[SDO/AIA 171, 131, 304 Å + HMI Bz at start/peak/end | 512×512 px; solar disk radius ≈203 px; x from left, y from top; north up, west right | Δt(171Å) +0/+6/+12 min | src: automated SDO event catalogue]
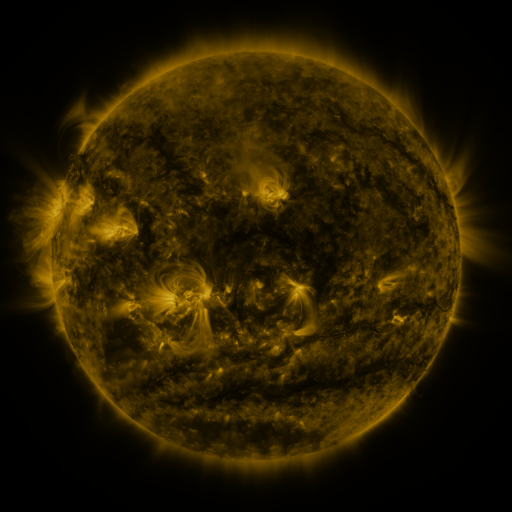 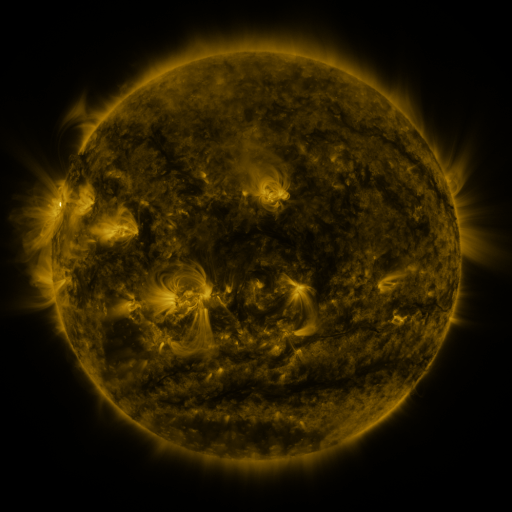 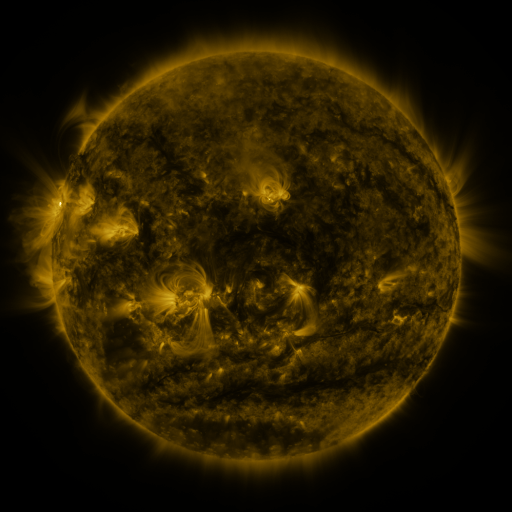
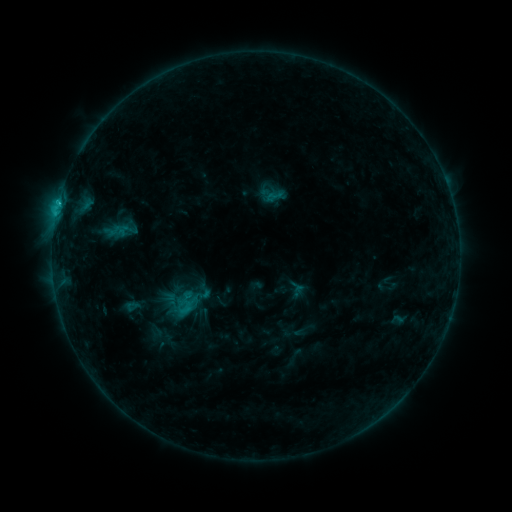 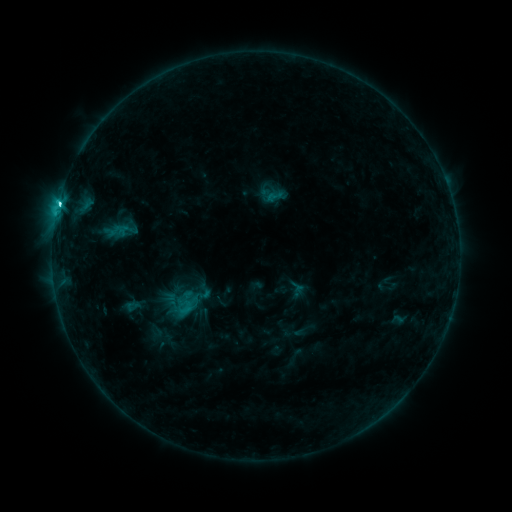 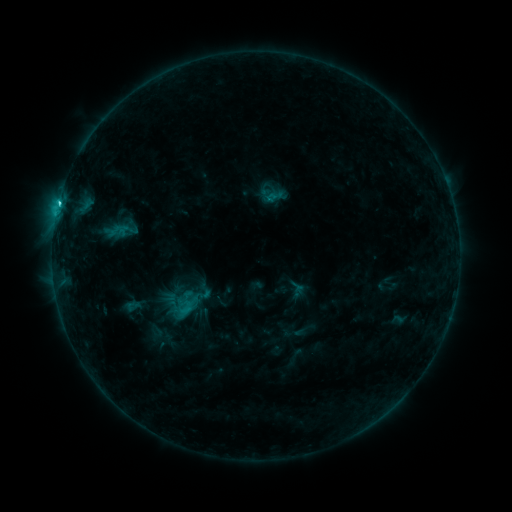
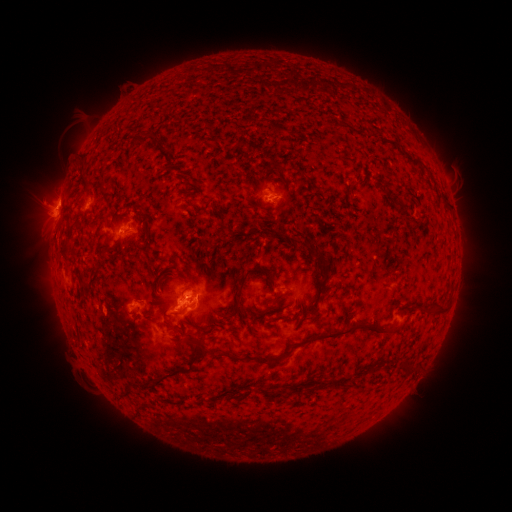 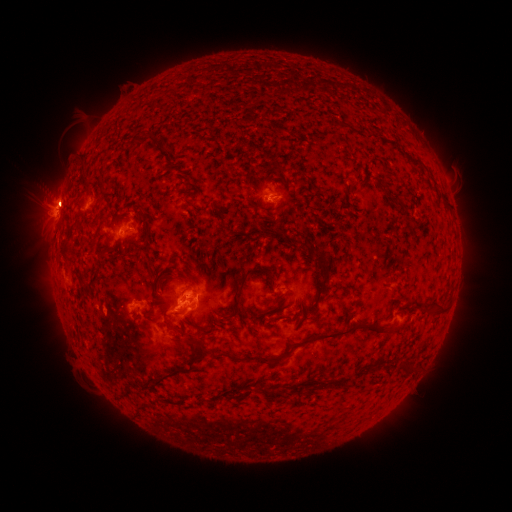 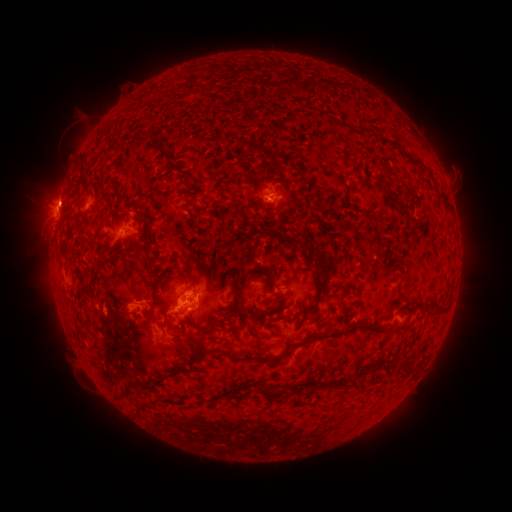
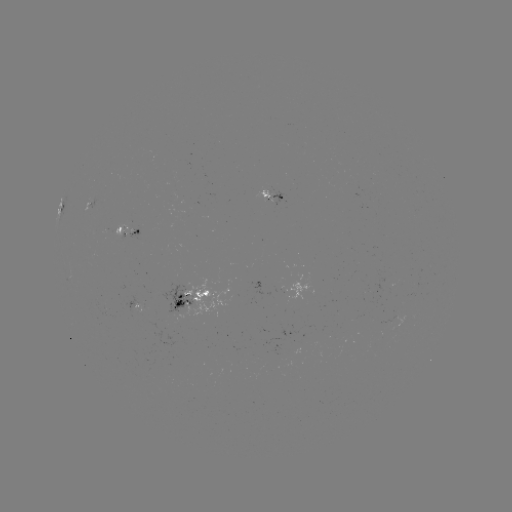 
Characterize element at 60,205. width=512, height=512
C4.3 flare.